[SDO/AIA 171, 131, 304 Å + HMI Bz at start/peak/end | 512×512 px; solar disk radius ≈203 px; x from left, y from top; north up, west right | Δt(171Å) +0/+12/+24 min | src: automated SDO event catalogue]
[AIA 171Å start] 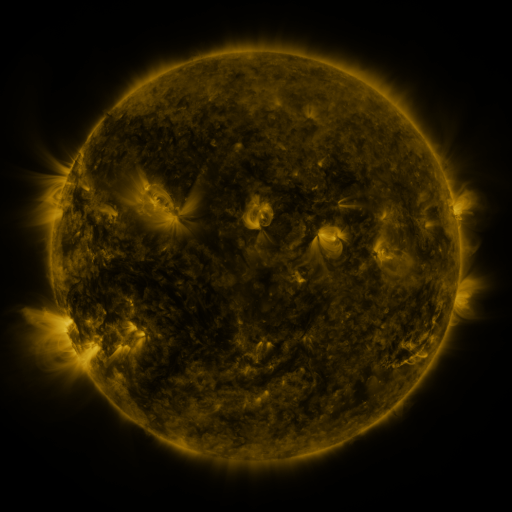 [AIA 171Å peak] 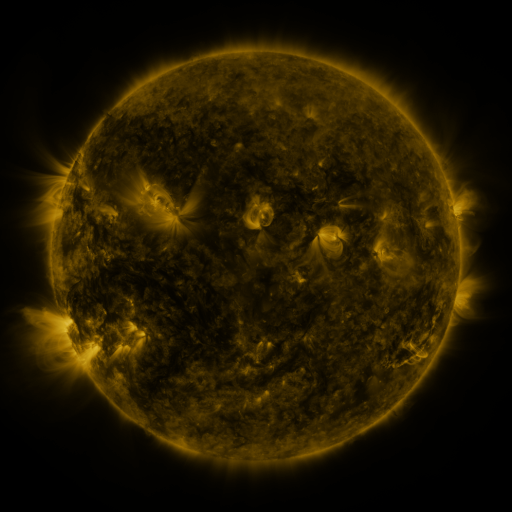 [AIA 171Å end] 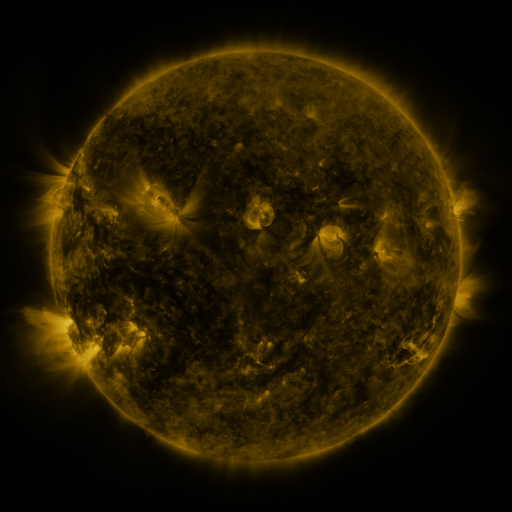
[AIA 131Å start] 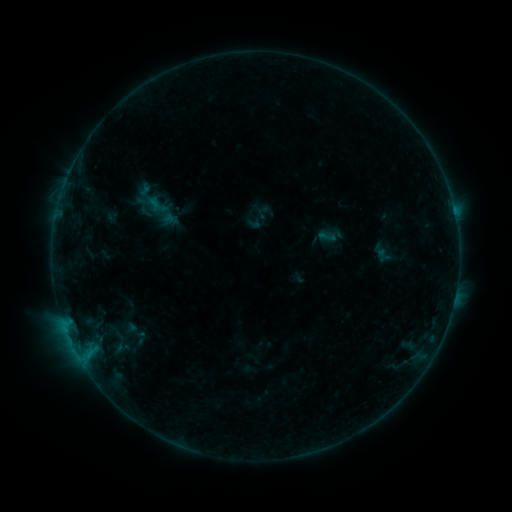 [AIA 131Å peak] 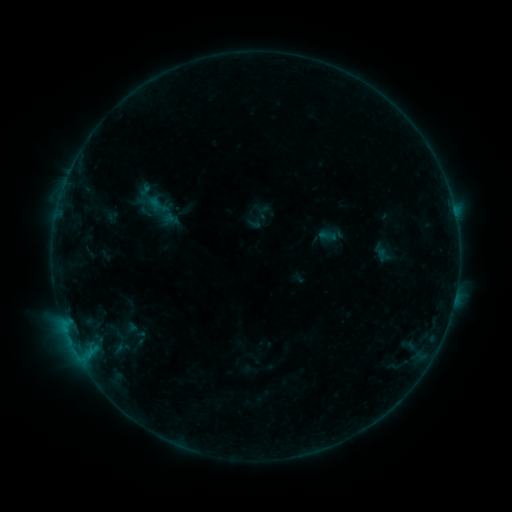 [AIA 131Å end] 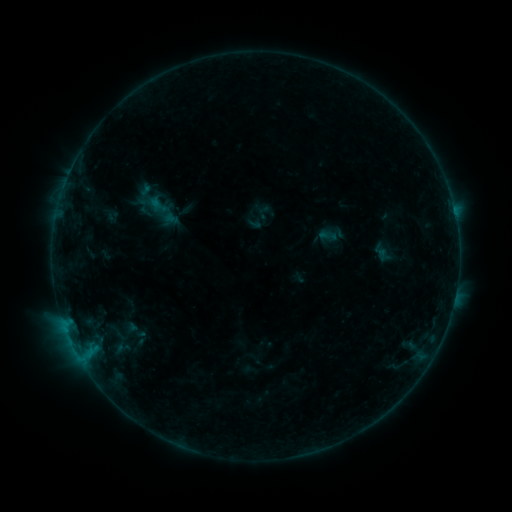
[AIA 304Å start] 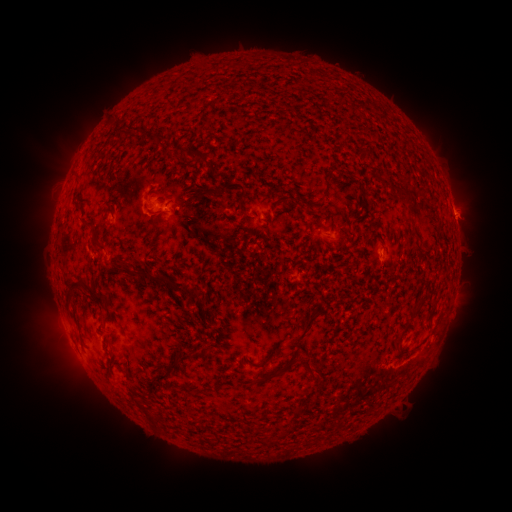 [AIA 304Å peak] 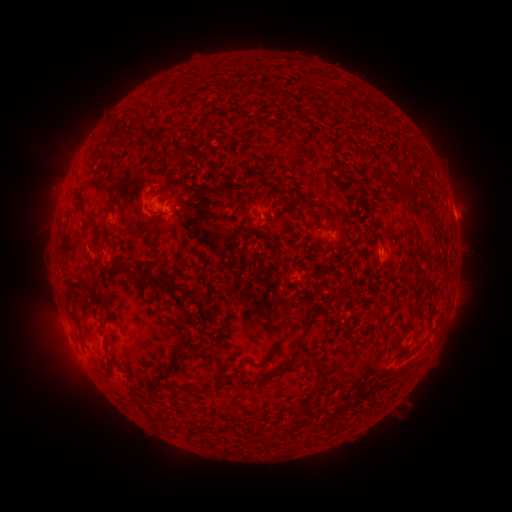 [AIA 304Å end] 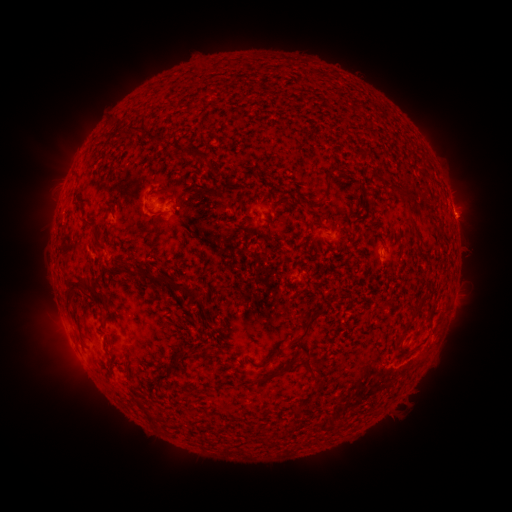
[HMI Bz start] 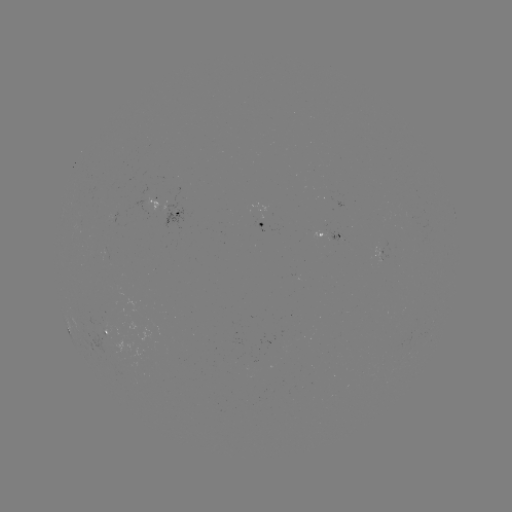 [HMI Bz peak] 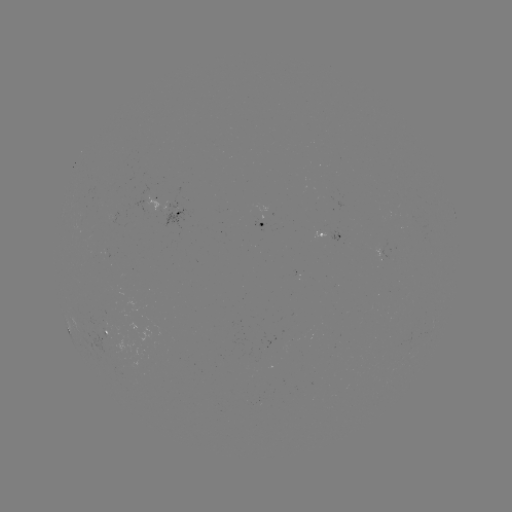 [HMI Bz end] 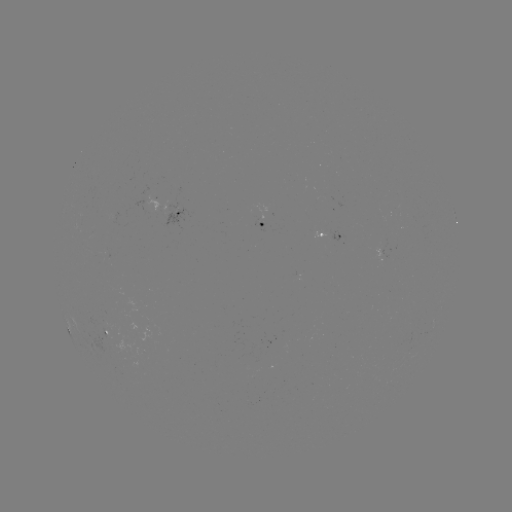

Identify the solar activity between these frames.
nothing was catalogued: no classed flare, no EUV trigger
